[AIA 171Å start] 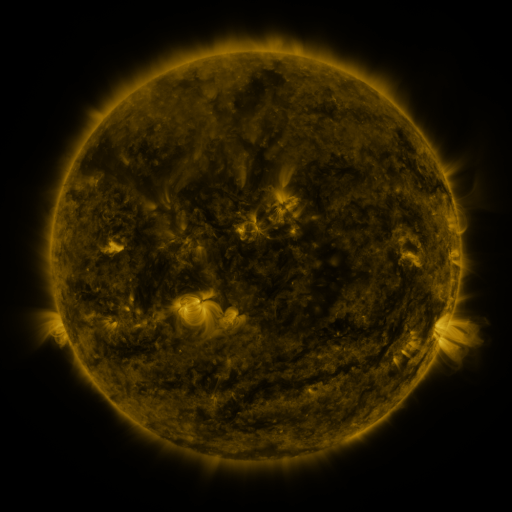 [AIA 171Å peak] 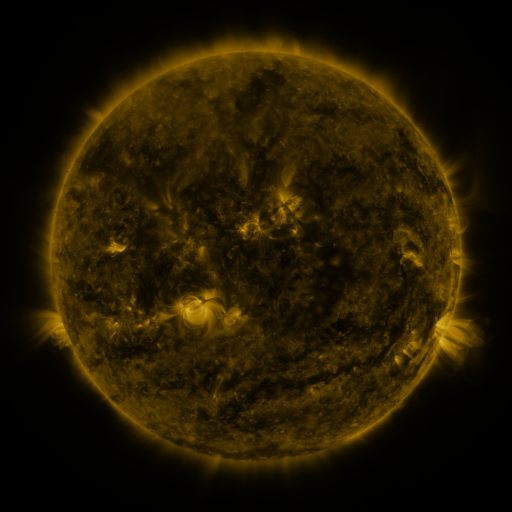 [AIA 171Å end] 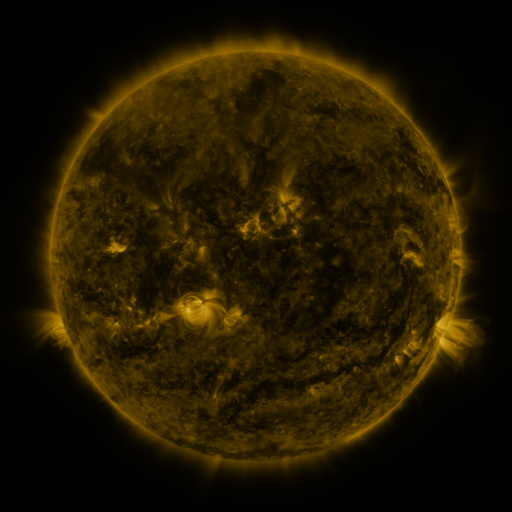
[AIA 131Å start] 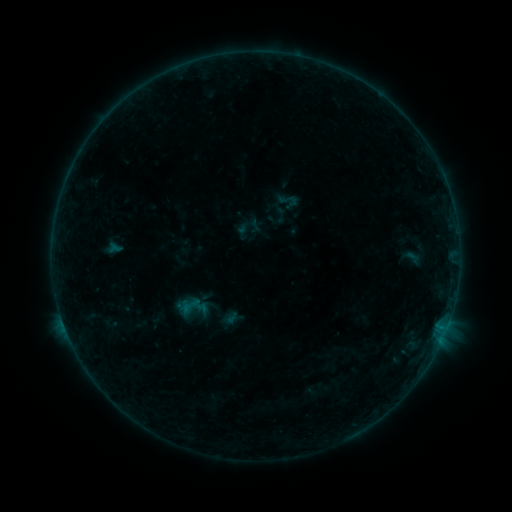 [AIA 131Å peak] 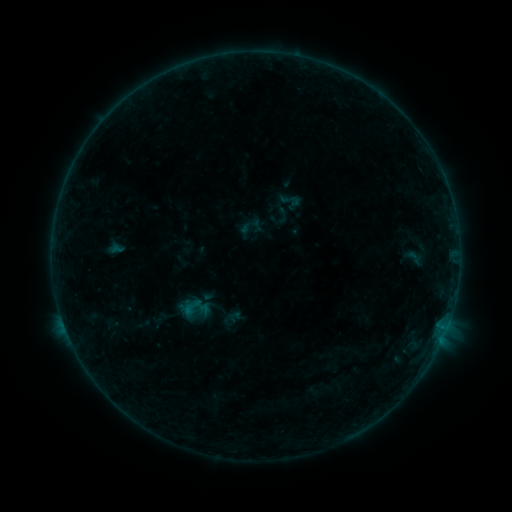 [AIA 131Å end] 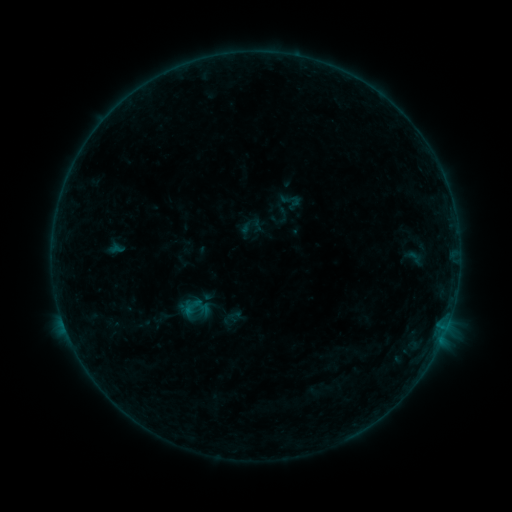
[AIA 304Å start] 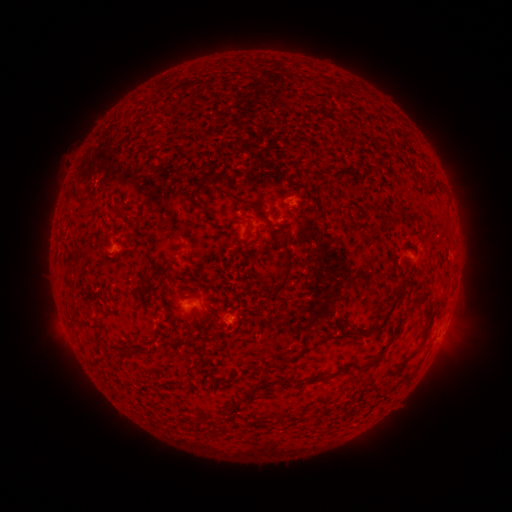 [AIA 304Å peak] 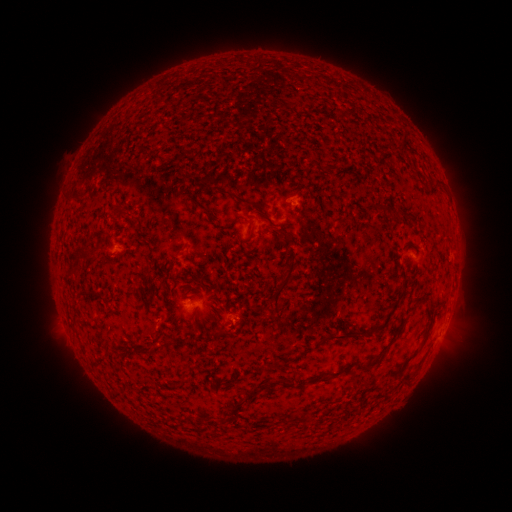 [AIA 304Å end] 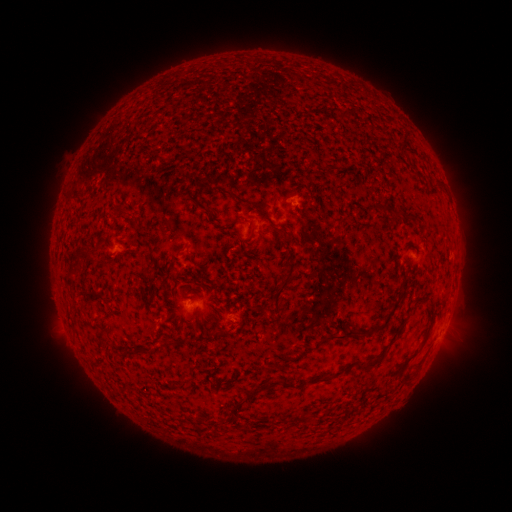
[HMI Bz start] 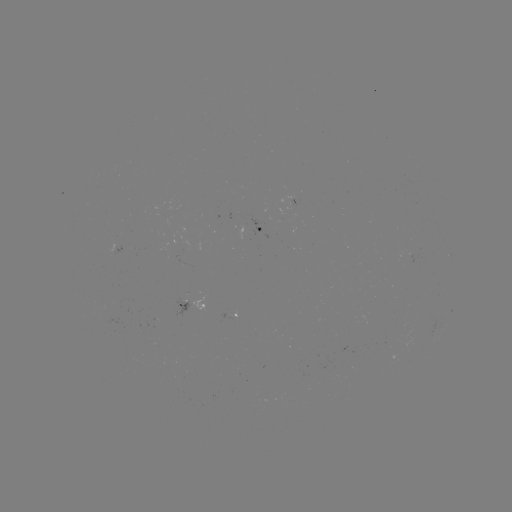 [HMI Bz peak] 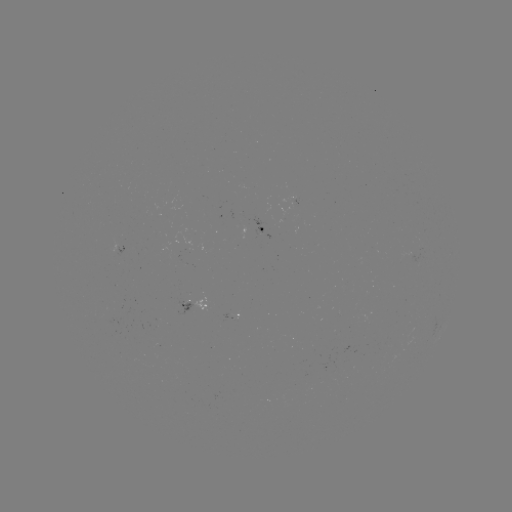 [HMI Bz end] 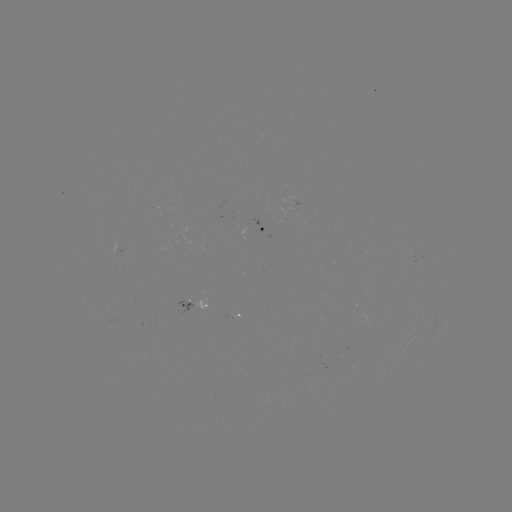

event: emerging-flux region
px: (181, 306)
